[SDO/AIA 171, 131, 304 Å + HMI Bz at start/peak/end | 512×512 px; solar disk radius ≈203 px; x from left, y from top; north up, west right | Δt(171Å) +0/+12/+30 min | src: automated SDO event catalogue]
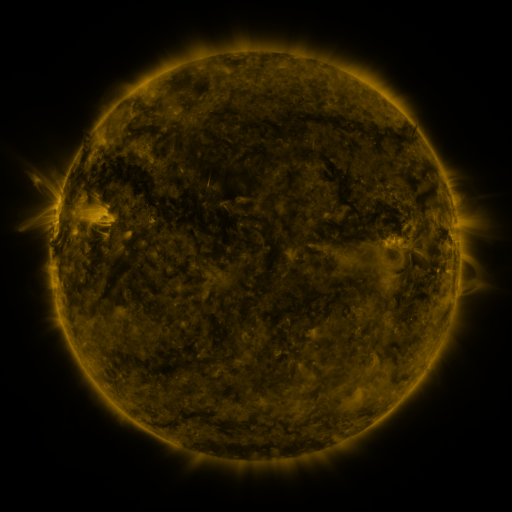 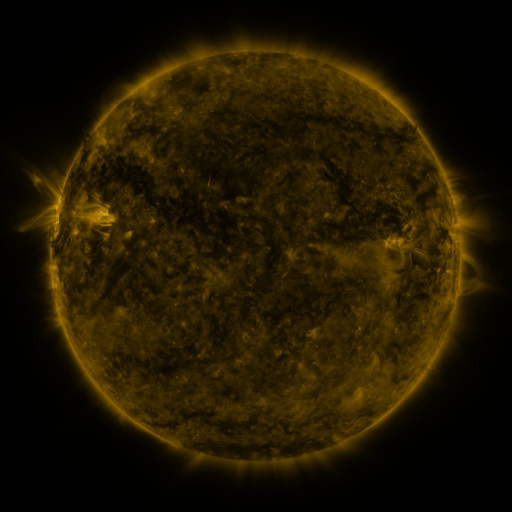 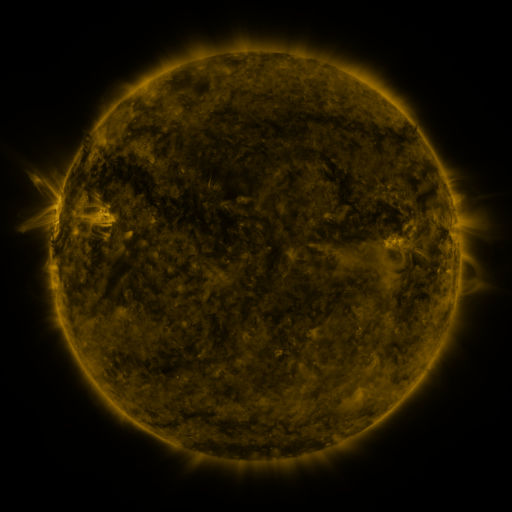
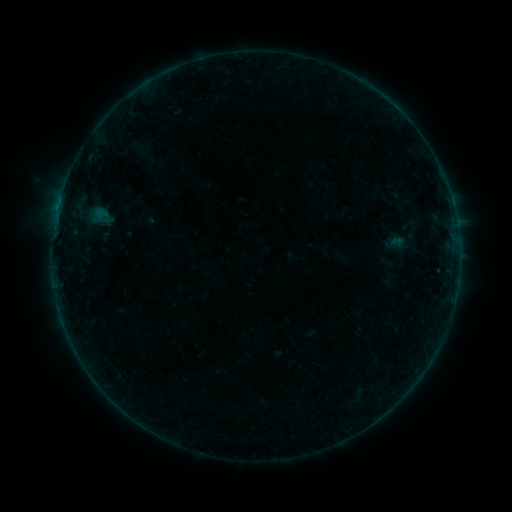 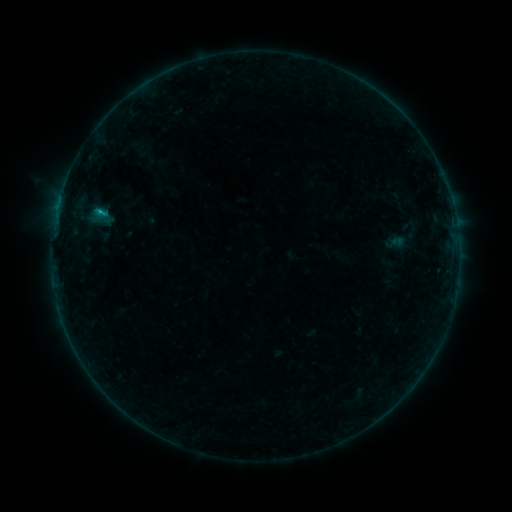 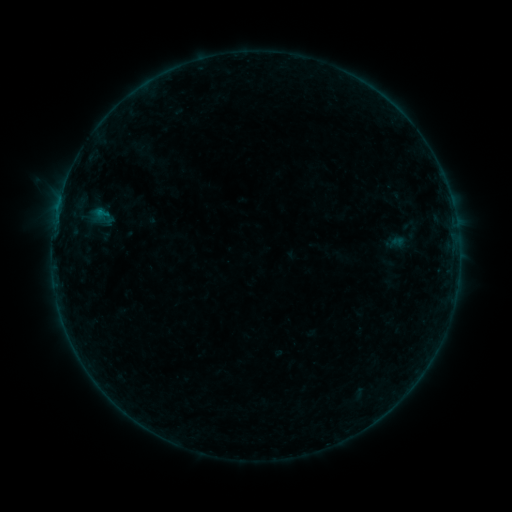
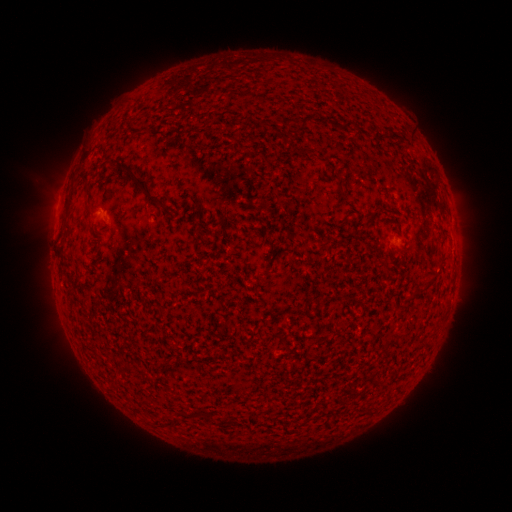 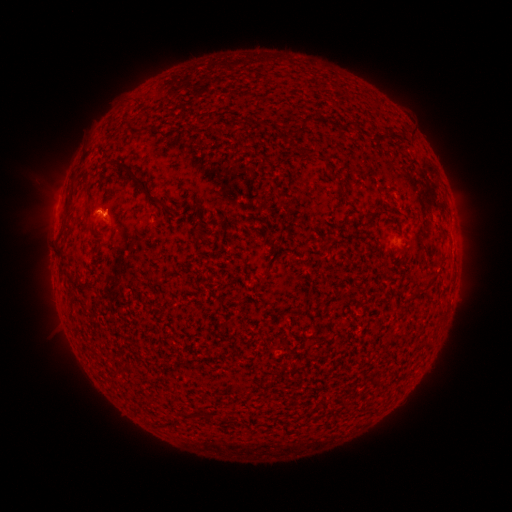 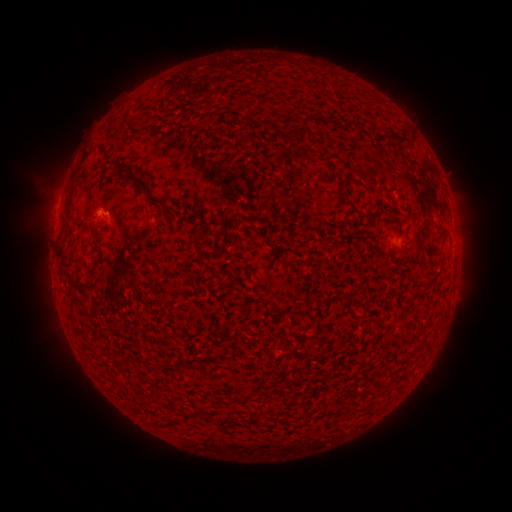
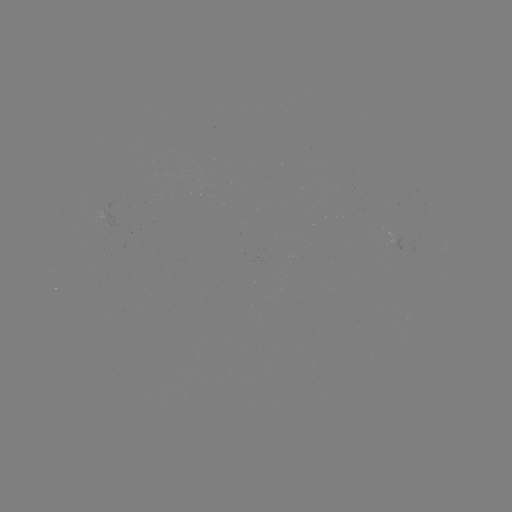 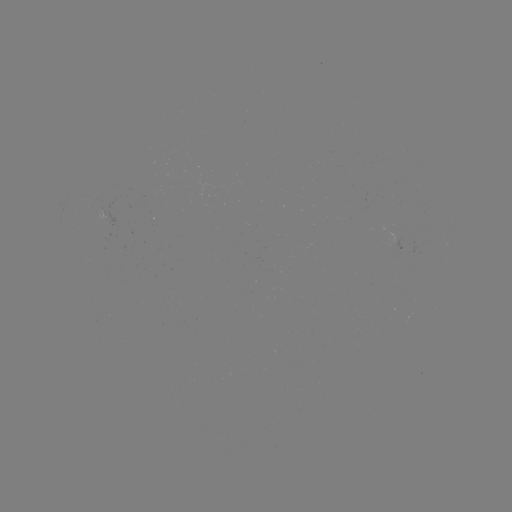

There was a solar flare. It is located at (101, 215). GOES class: B3.8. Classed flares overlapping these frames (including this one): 1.